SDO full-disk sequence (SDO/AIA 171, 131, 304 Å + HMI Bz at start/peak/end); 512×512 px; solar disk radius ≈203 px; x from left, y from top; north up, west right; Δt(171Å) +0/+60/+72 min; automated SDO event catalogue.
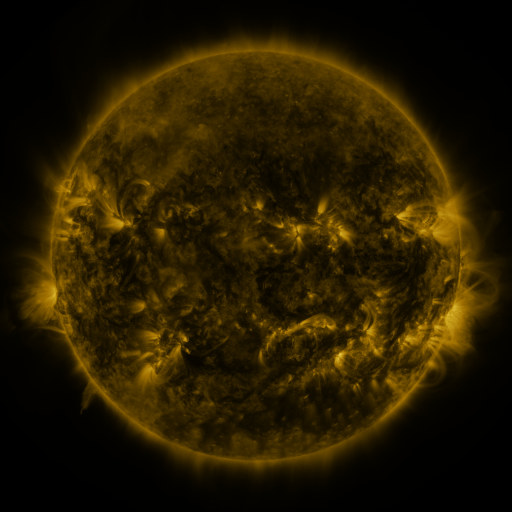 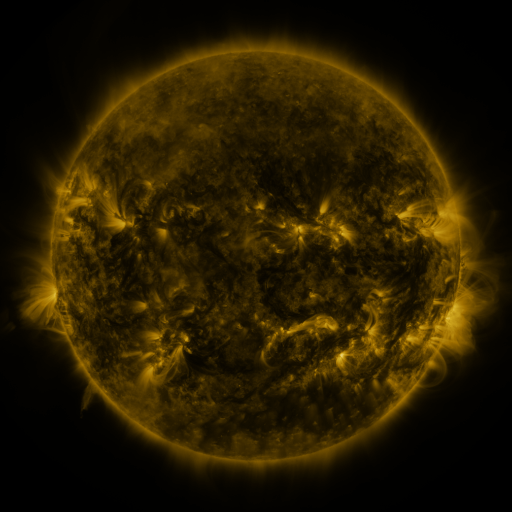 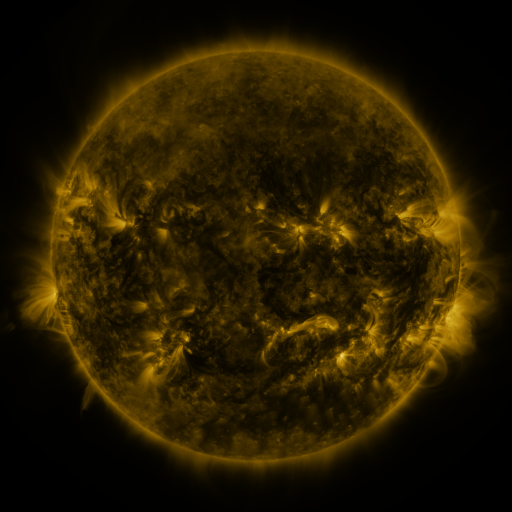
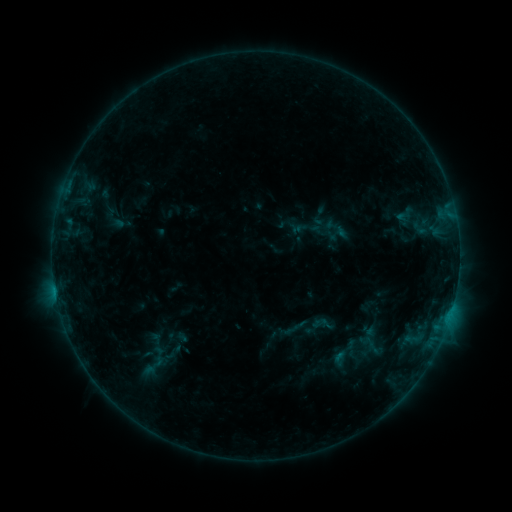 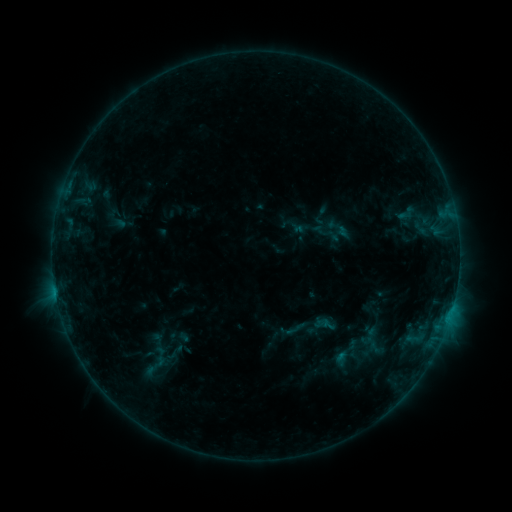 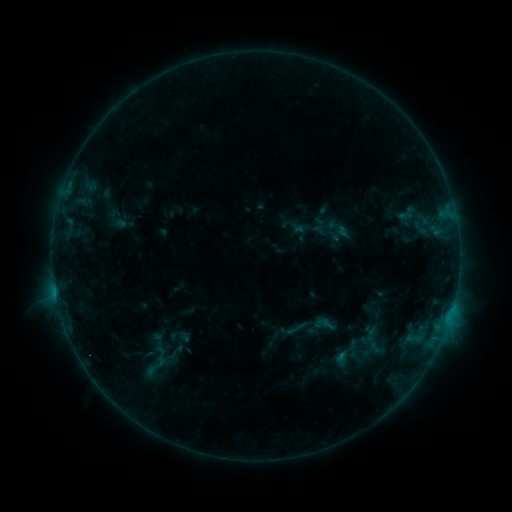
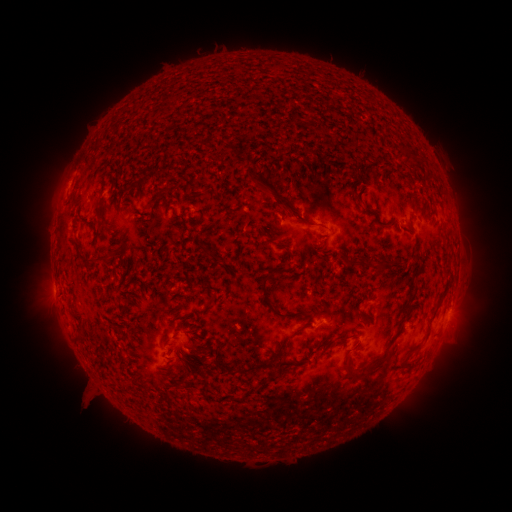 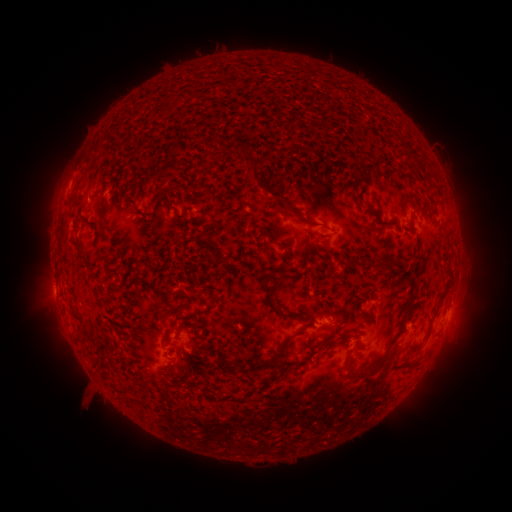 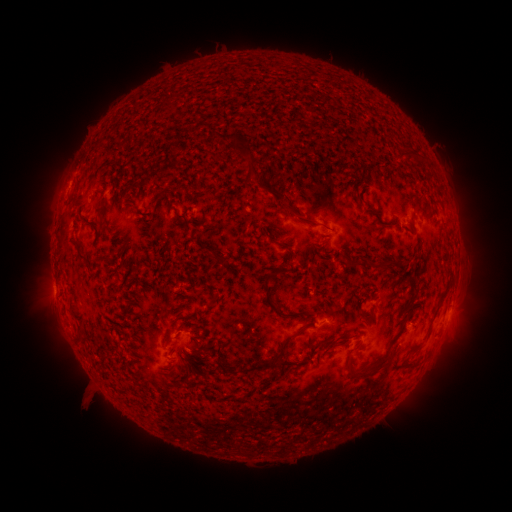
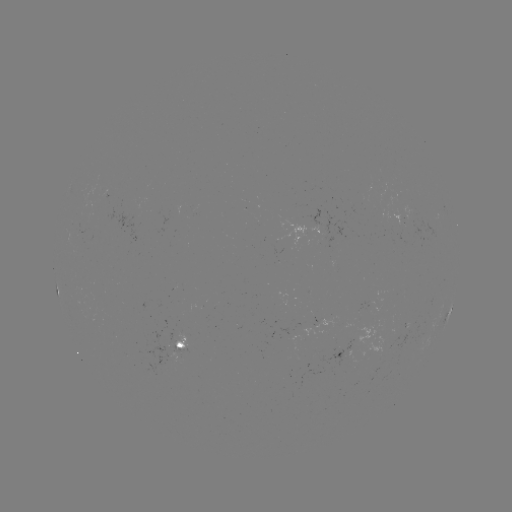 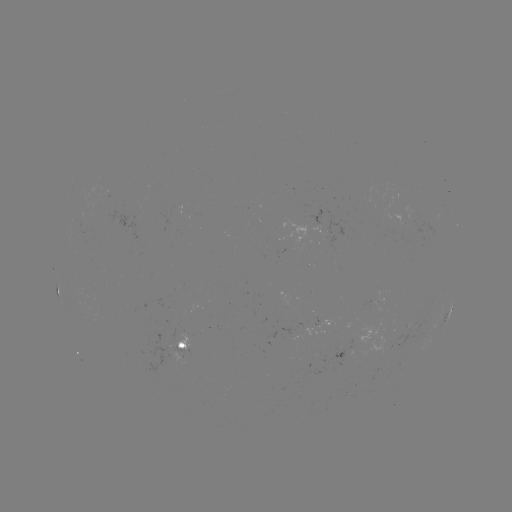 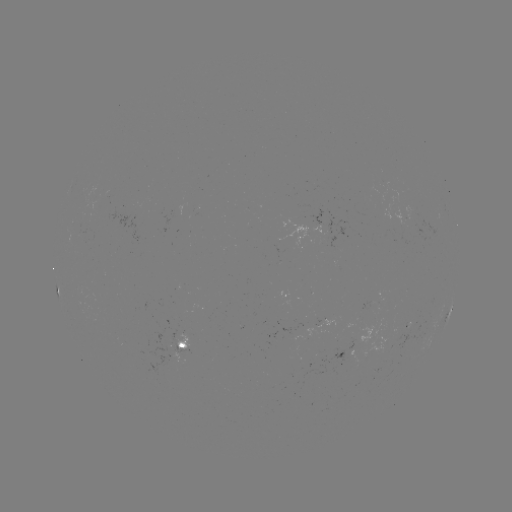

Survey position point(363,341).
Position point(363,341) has emerging-flux region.